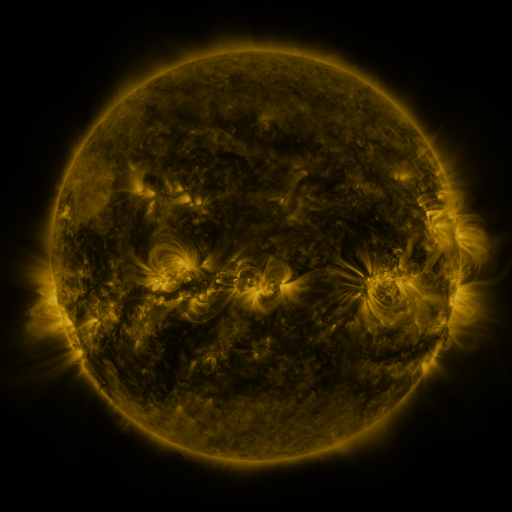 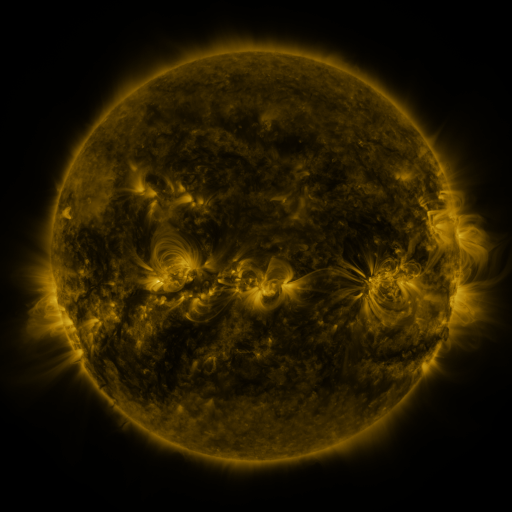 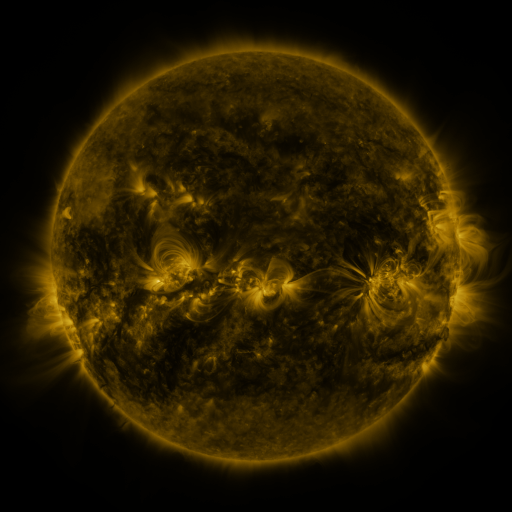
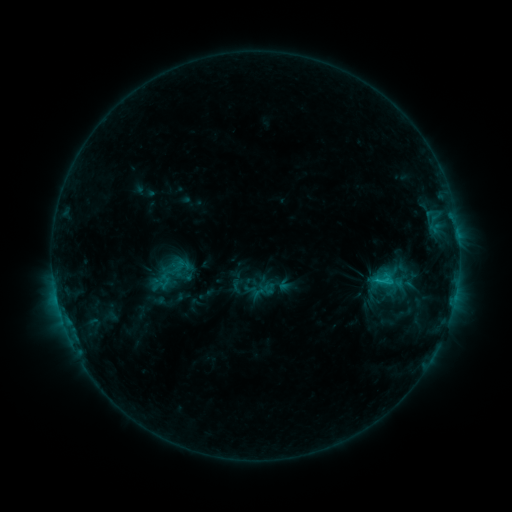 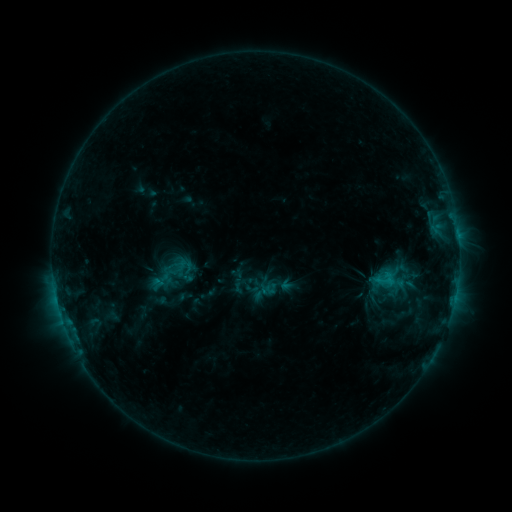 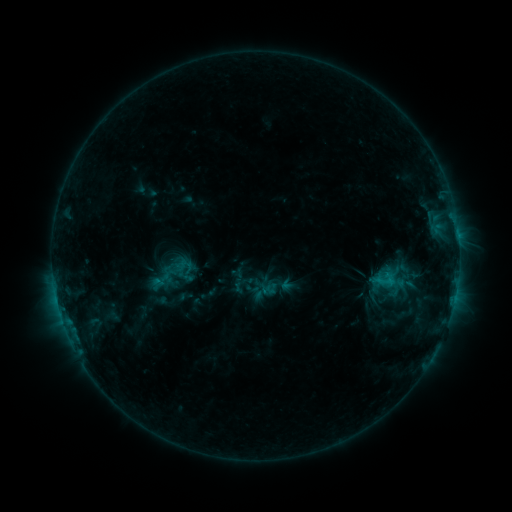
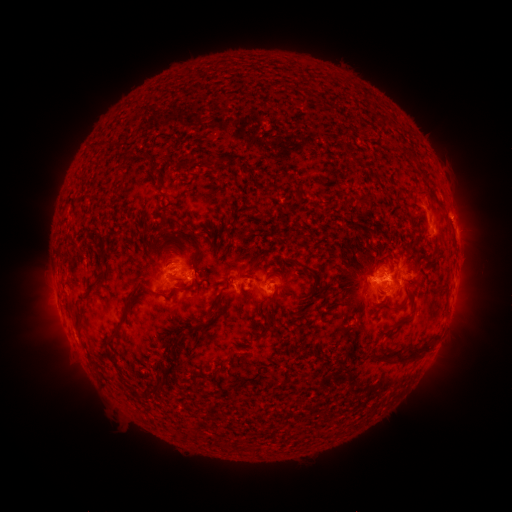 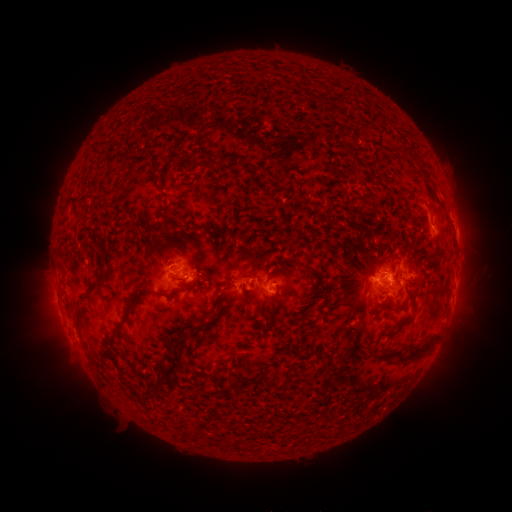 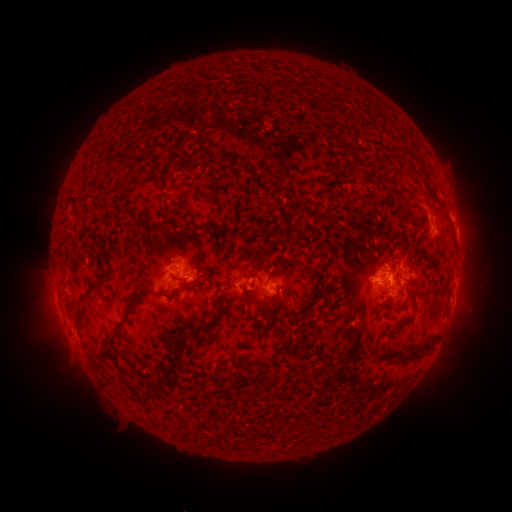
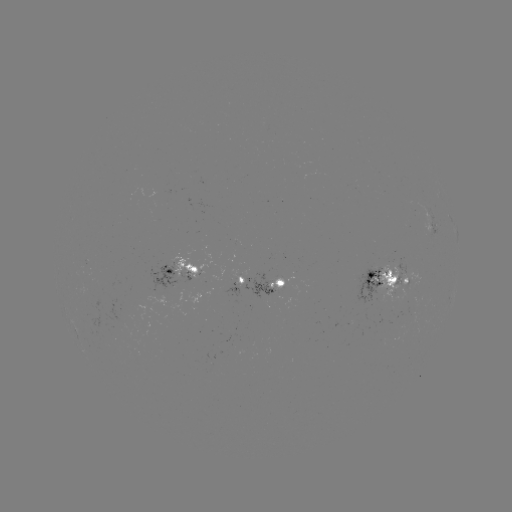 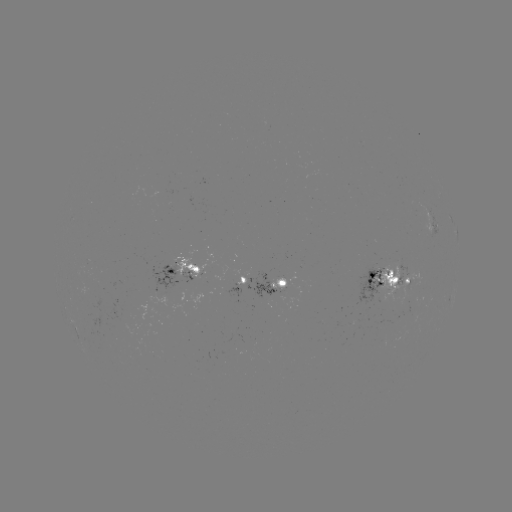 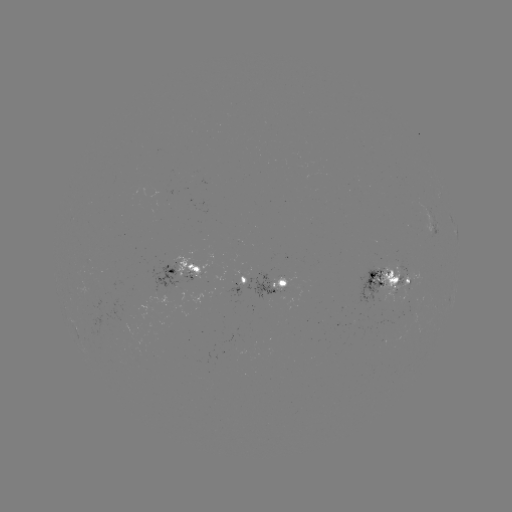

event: emerging-flux region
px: (266, 297)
